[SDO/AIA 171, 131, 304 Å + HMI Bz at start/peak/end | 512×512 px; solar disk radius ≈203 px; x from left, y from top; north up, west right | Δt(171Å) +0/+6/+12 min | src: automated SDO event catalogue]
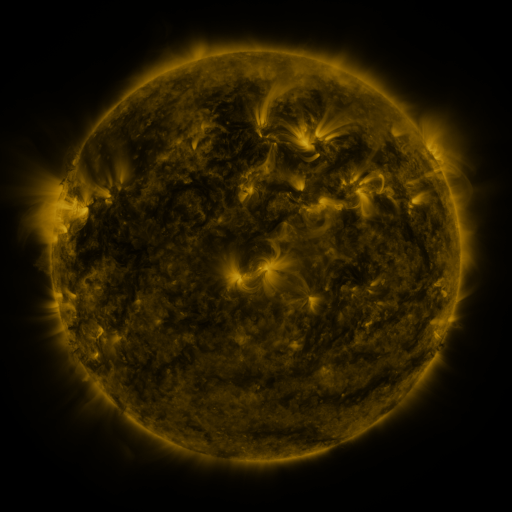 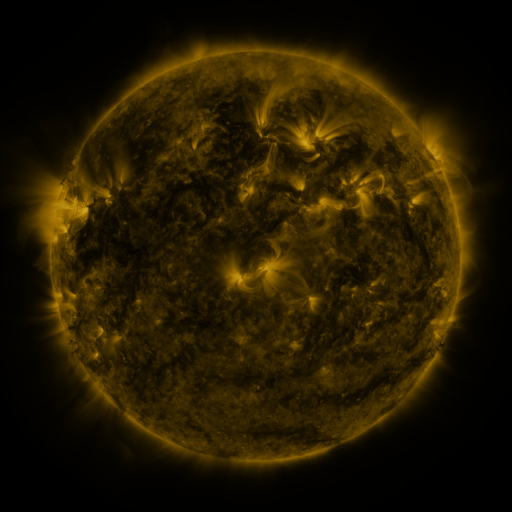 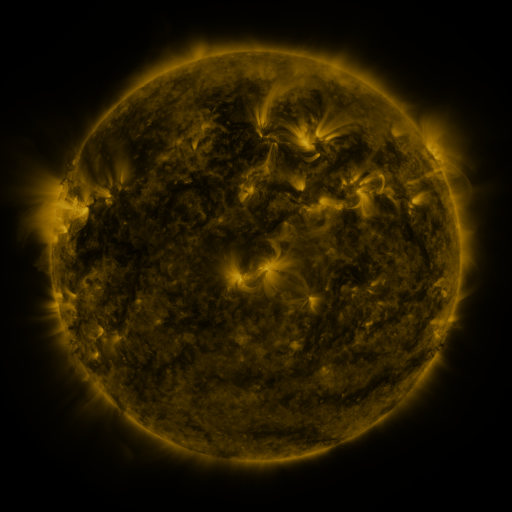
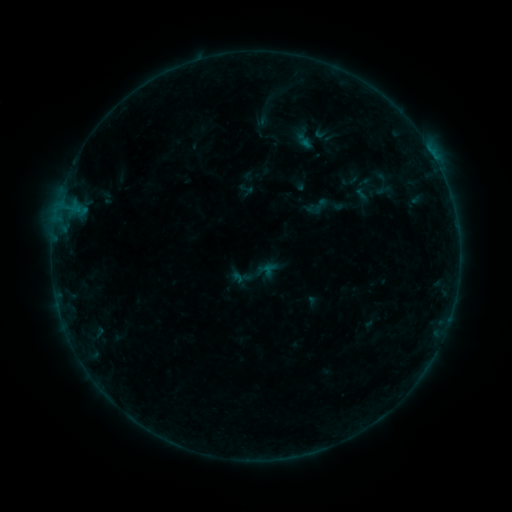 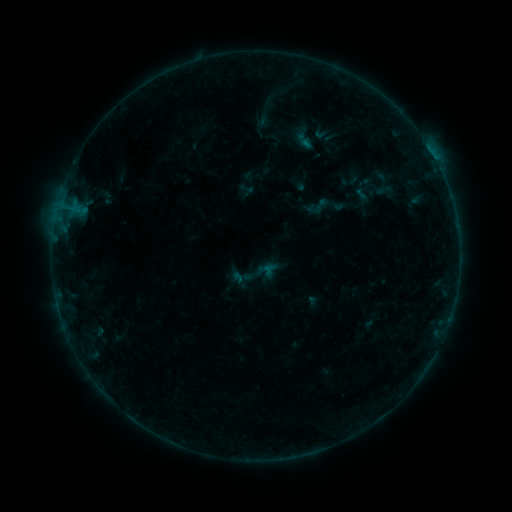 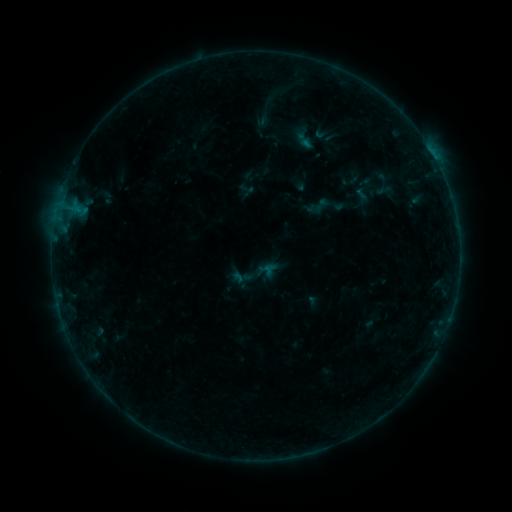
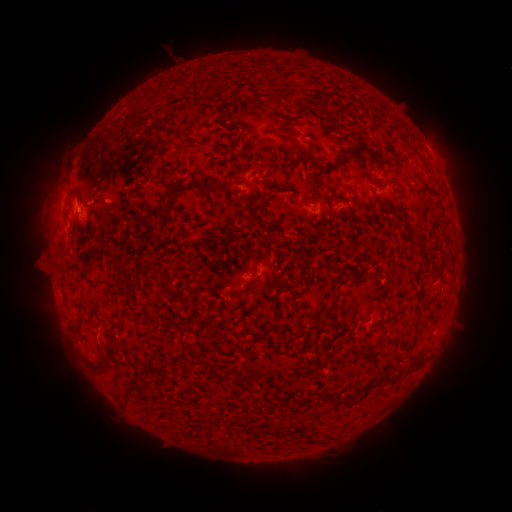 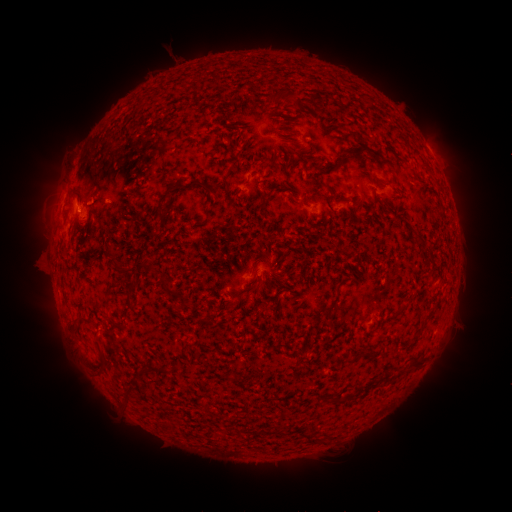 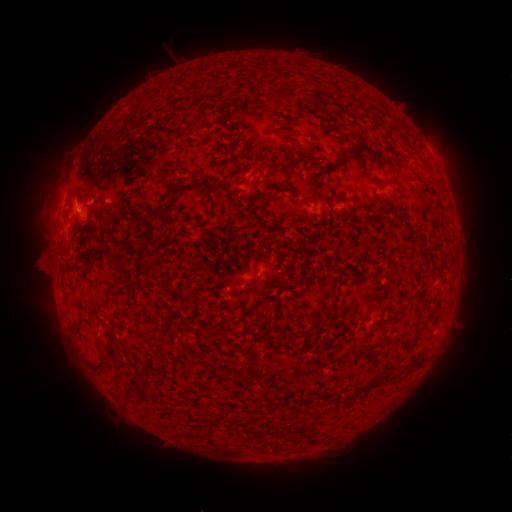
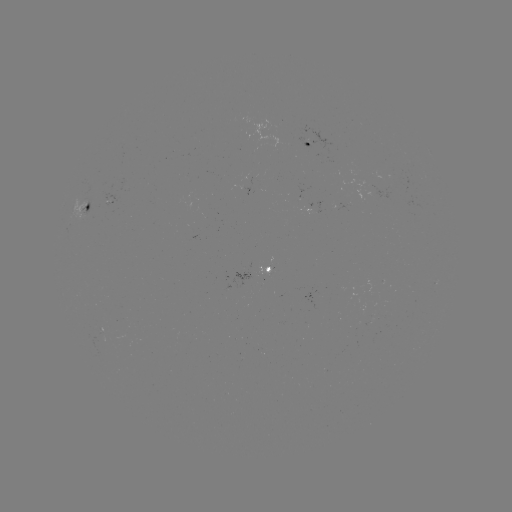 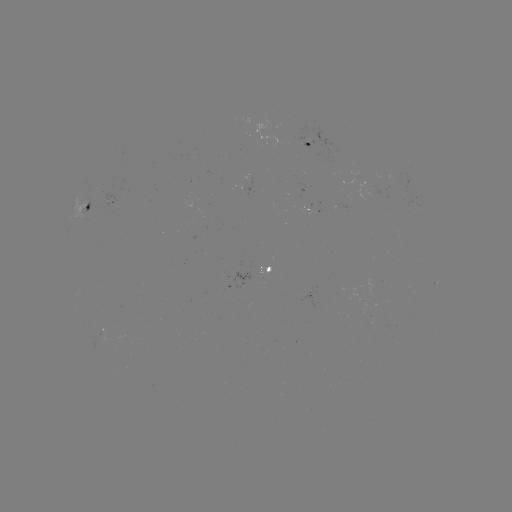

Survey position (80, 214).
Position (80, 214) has B1.7 flare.